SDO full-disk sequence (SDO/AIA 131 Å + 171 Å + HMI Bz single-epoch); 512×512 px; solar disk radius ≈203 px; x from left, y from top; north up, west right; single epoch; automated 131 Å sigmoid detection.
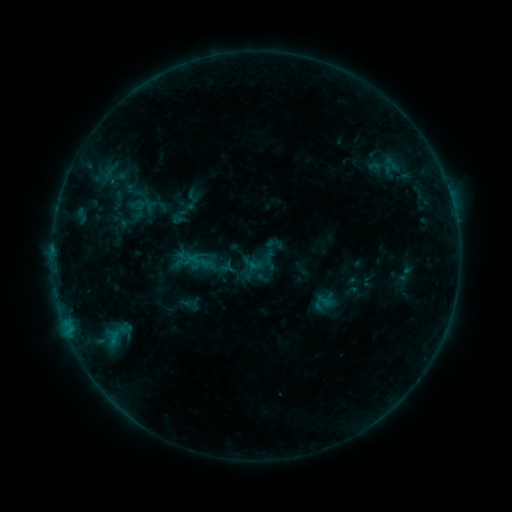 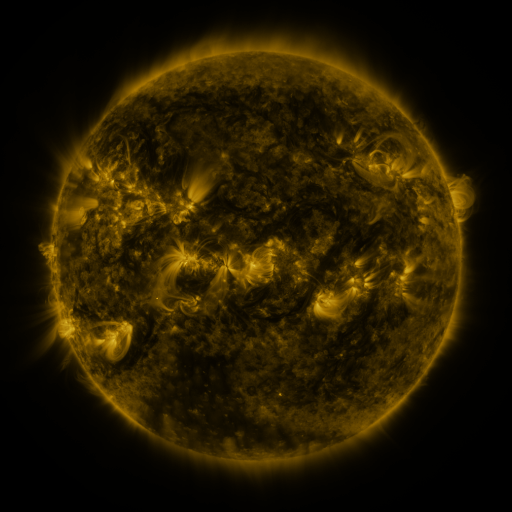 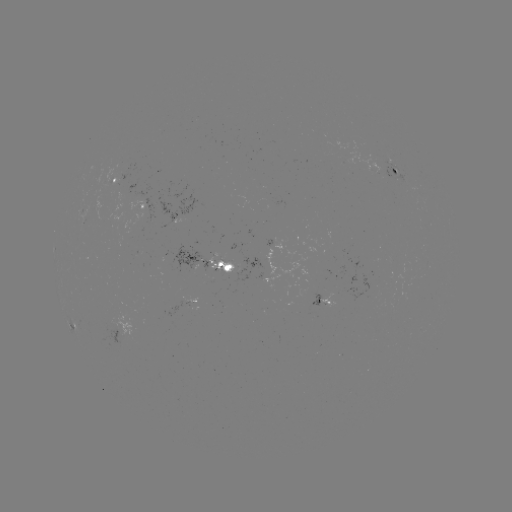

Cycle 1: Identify sigmoid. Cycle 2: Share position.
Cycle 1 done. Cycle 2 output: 327,300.